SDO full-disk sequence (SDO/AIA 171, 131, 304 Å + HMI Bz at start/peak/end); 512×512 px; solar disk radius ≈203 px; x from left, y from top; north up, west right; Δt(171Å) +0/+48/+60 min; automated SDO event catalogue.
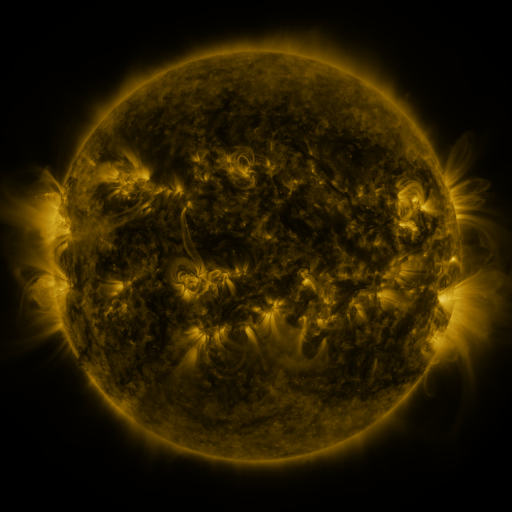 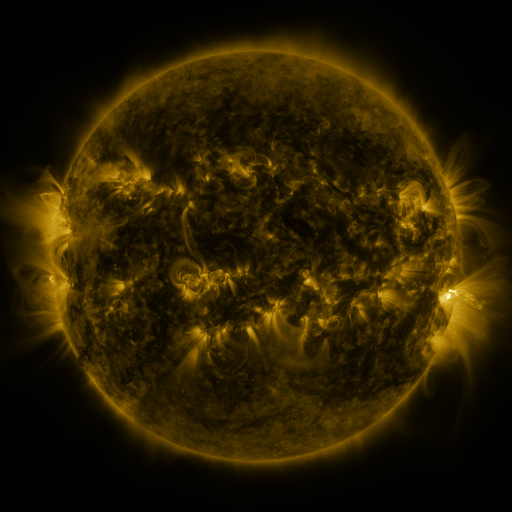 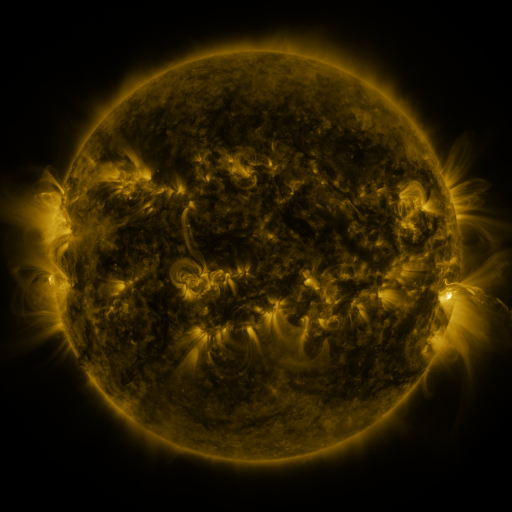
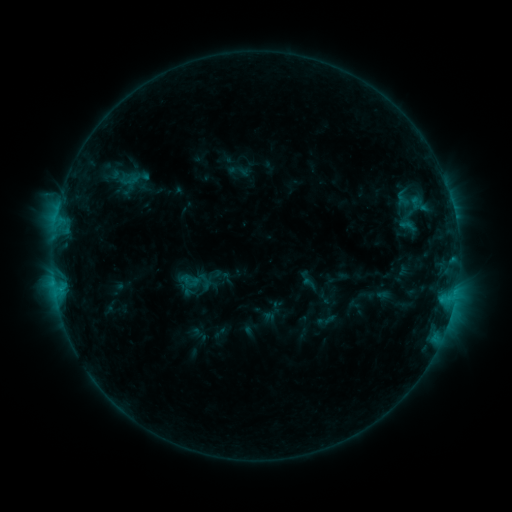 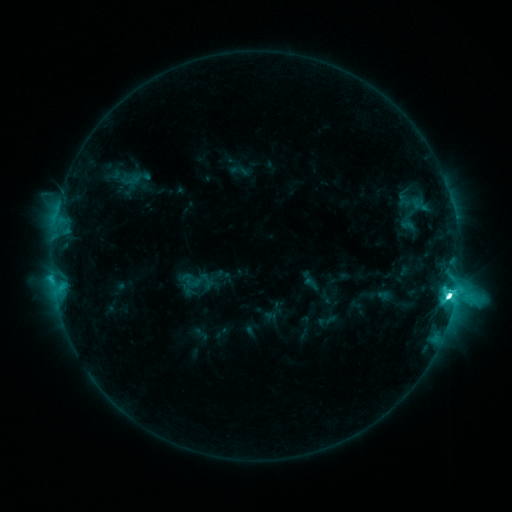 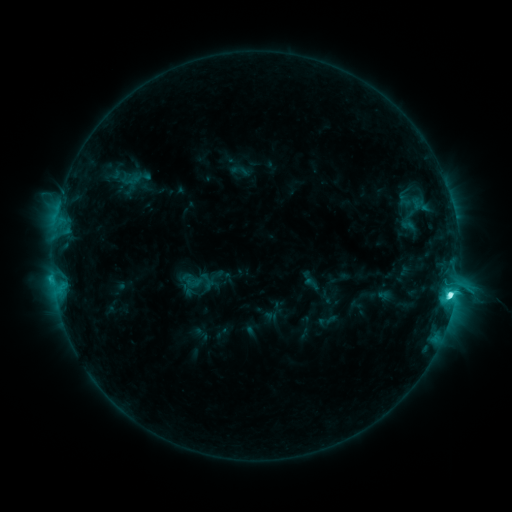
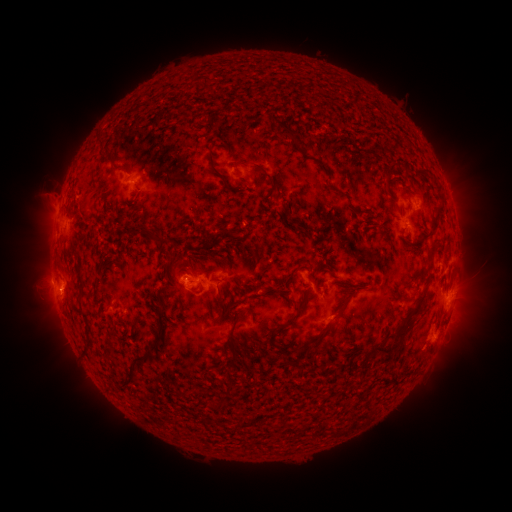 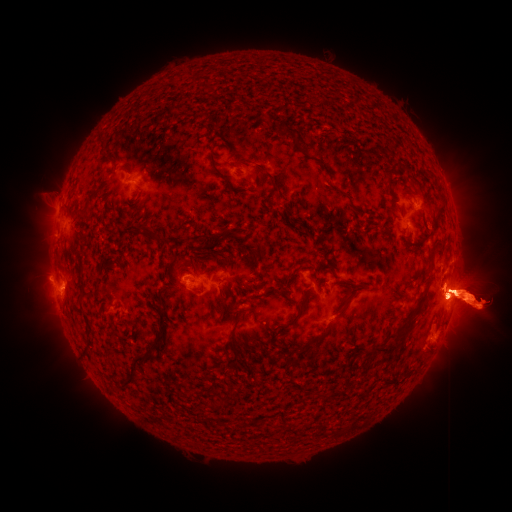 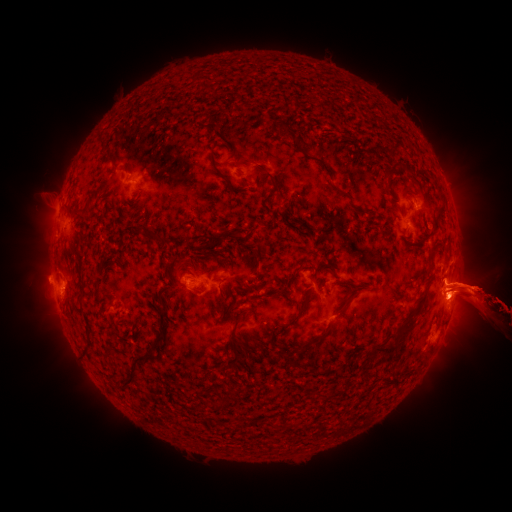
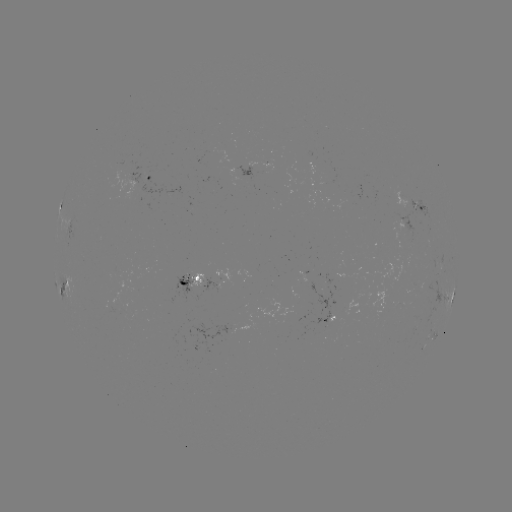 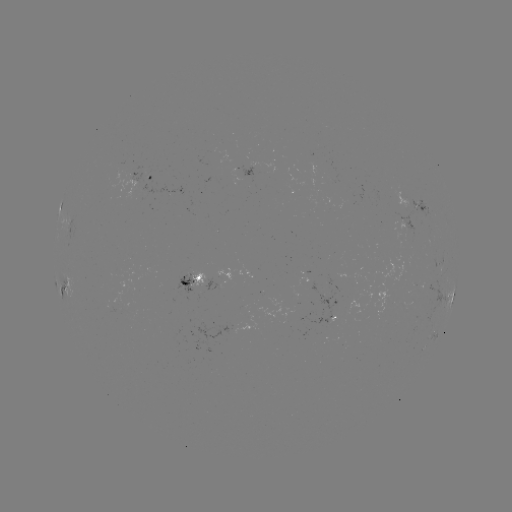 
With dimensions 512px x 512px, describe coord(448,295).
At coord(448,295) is M1.4 flare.